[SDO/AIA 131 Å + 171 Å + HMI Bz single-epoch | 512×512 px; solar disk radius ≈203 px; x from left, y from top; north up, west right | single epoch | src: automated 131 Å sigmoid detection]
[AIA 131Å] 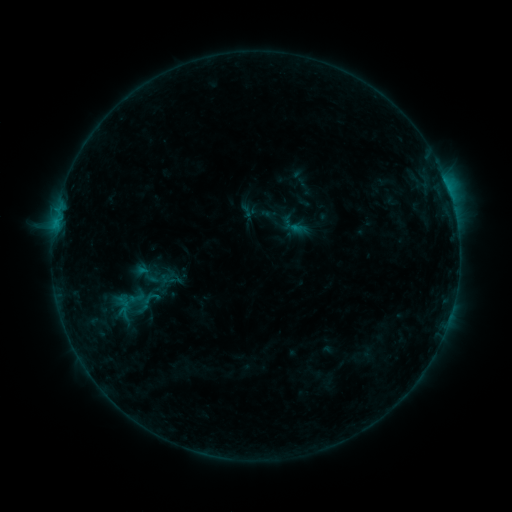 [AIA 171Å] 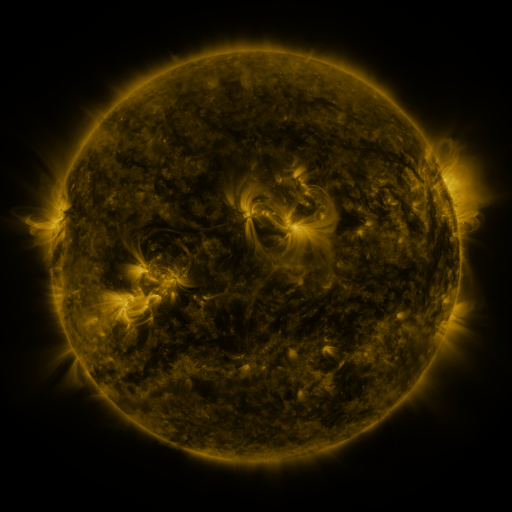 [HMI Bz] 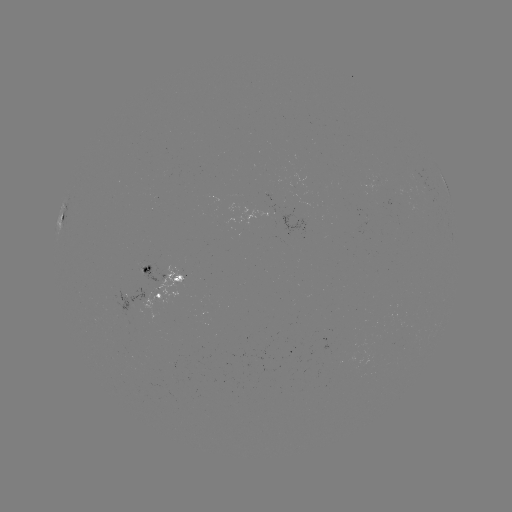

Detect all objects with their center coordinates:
sigmoid: (145, 274)
